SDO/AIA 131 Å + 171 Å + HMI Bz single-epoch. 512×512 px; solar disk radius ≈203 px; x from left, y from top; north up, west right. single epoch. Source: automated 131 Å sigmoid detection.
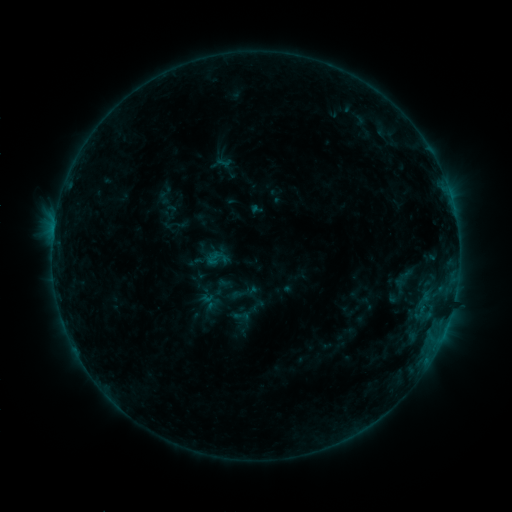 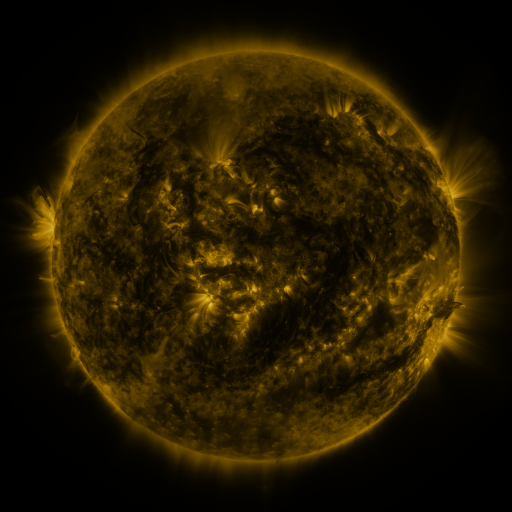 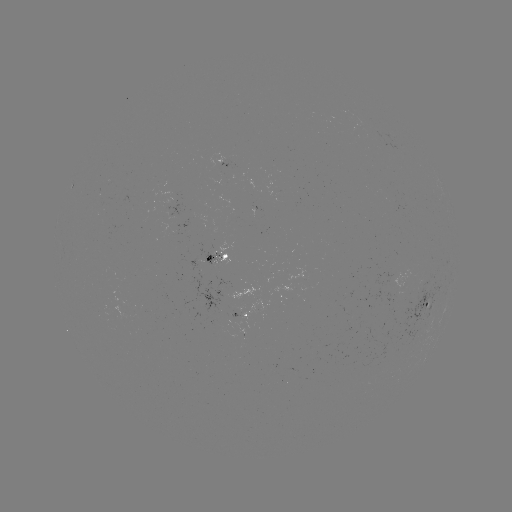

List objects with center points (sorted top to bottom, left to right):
sigmoid: (217, 259)
sigmoid: (400, 285)
